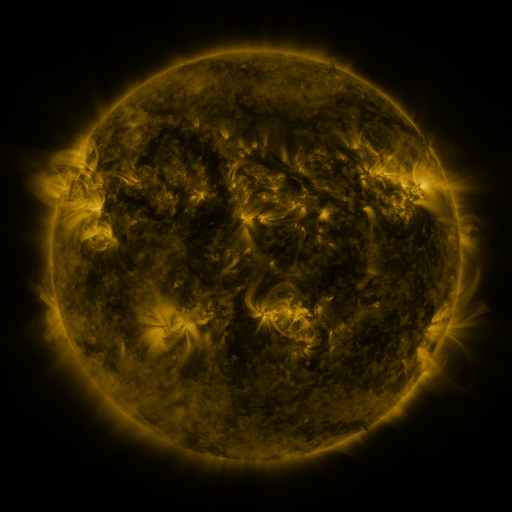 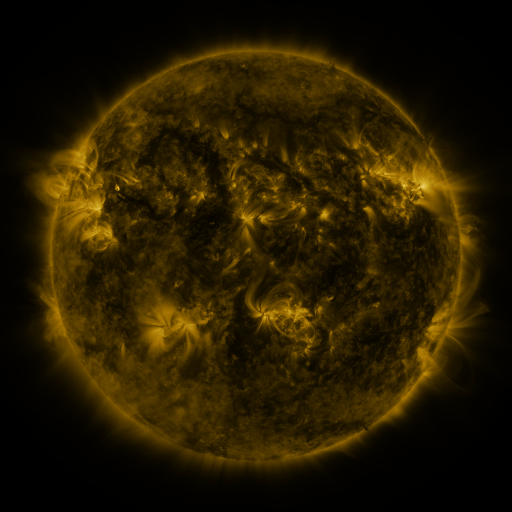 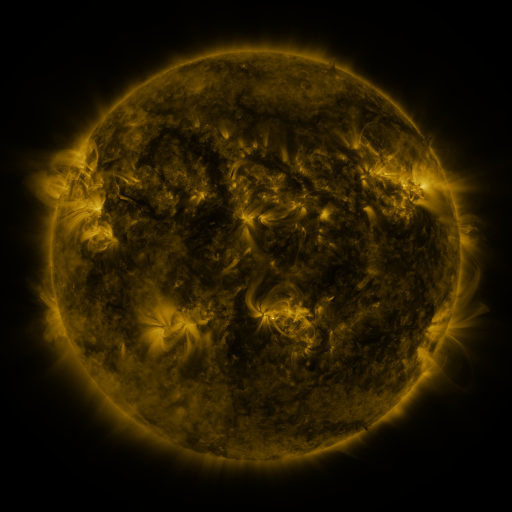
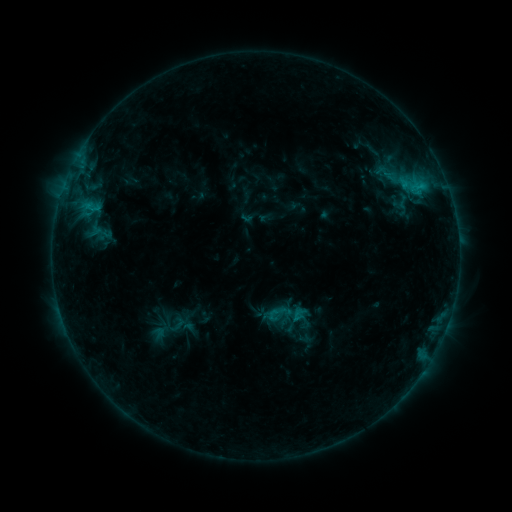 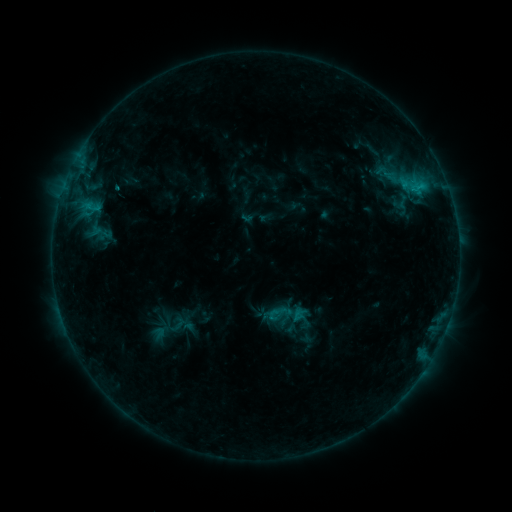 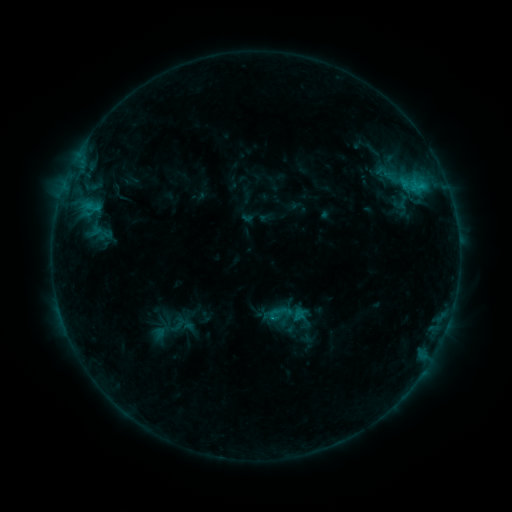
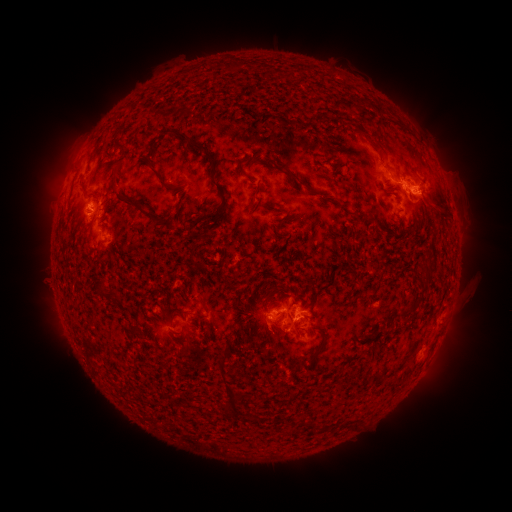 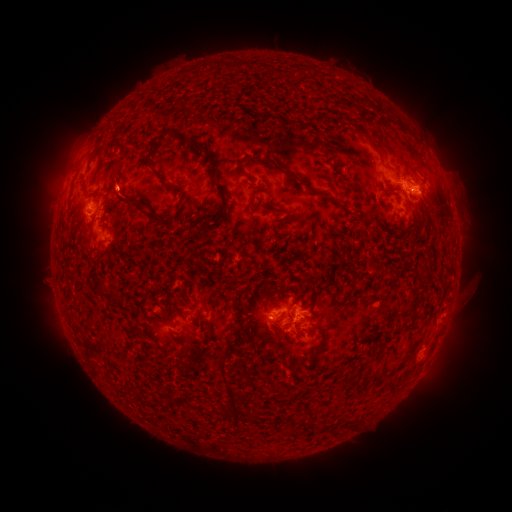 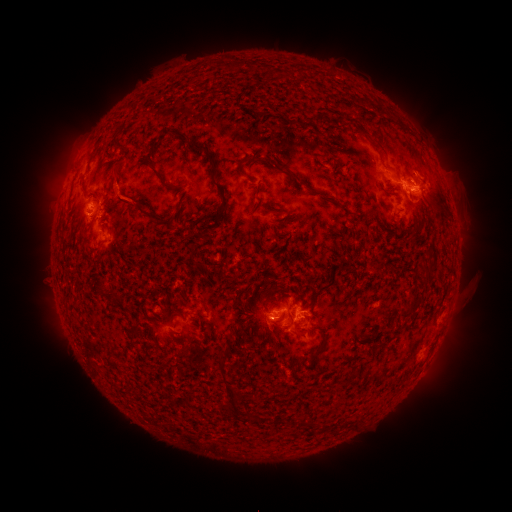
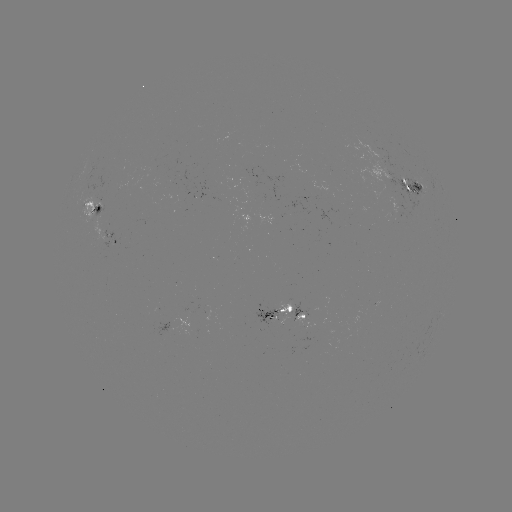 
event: eruption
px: (126, 202)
